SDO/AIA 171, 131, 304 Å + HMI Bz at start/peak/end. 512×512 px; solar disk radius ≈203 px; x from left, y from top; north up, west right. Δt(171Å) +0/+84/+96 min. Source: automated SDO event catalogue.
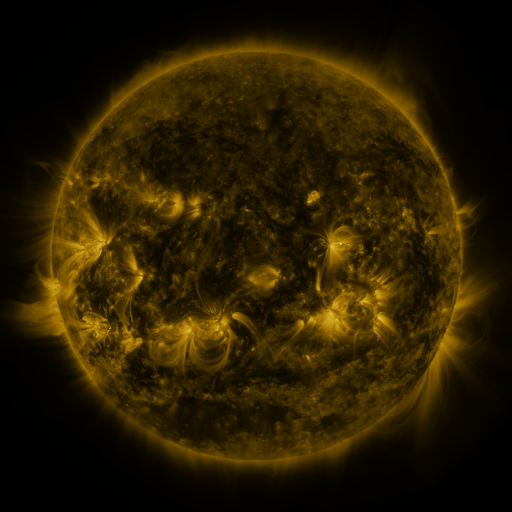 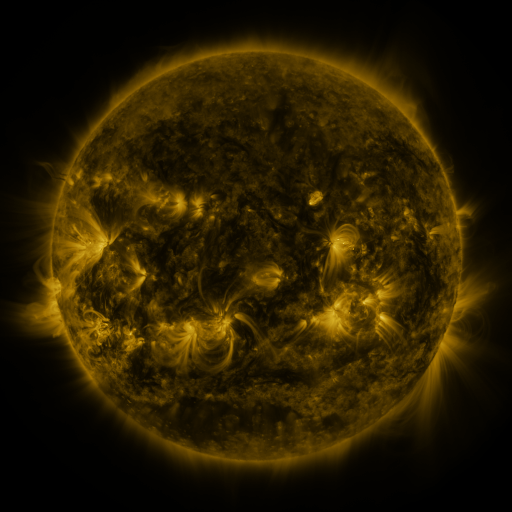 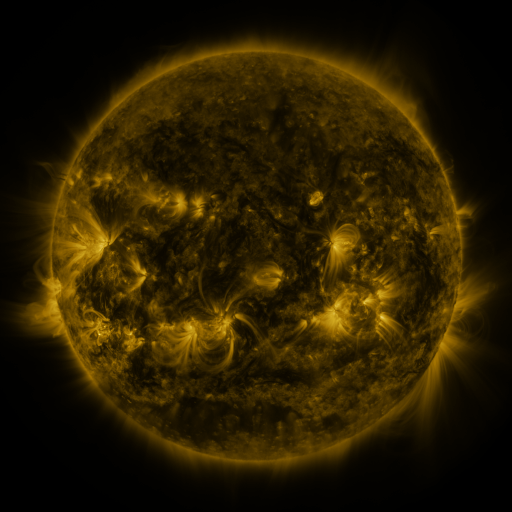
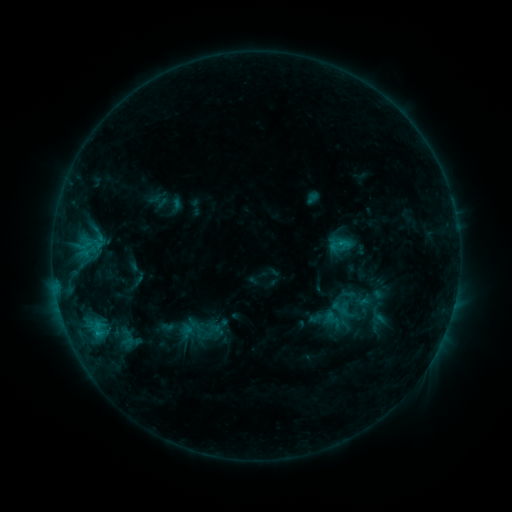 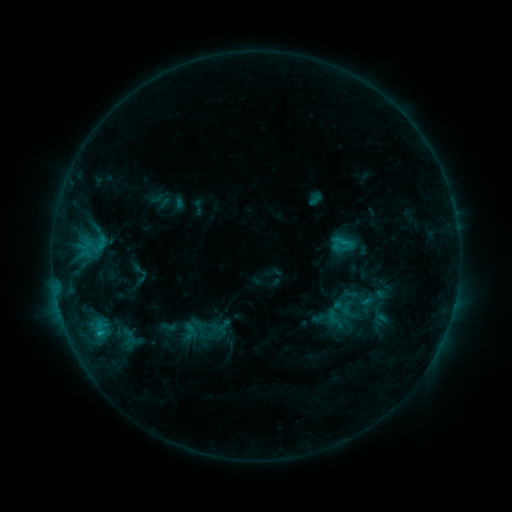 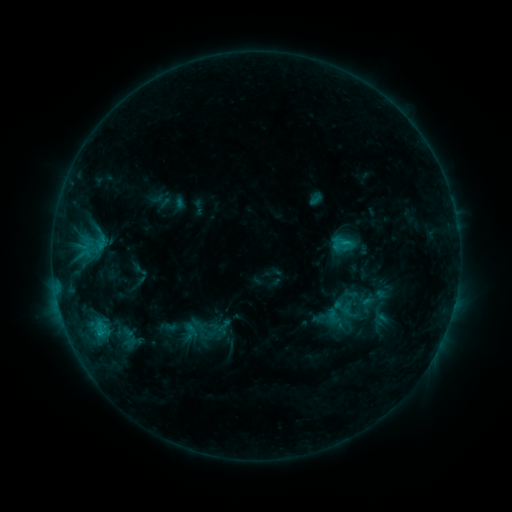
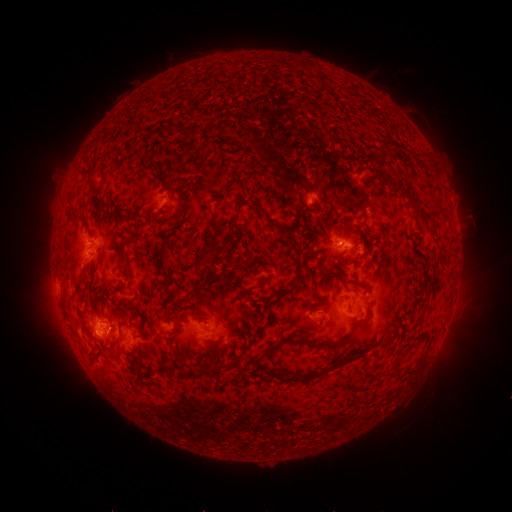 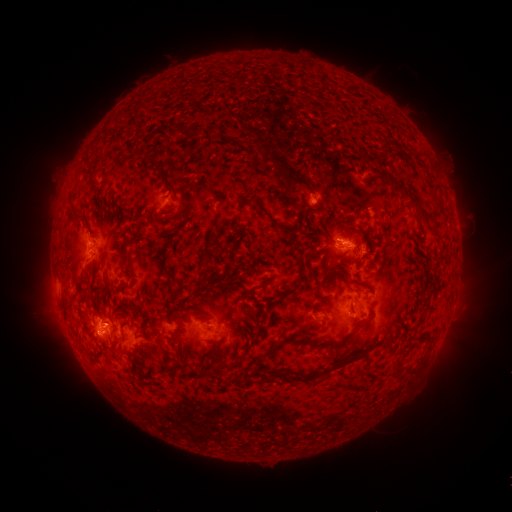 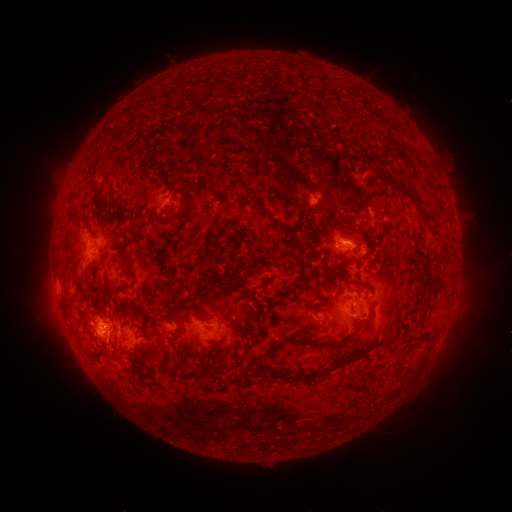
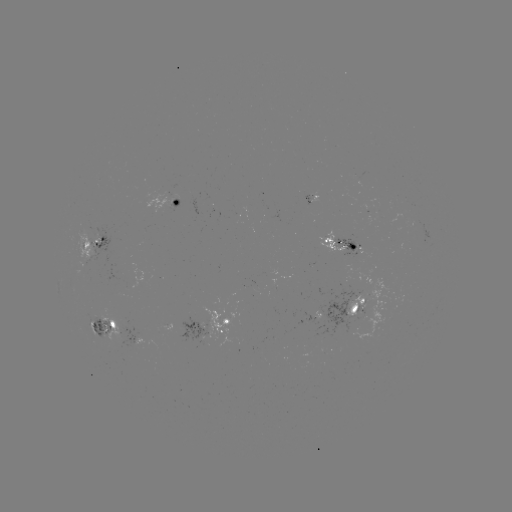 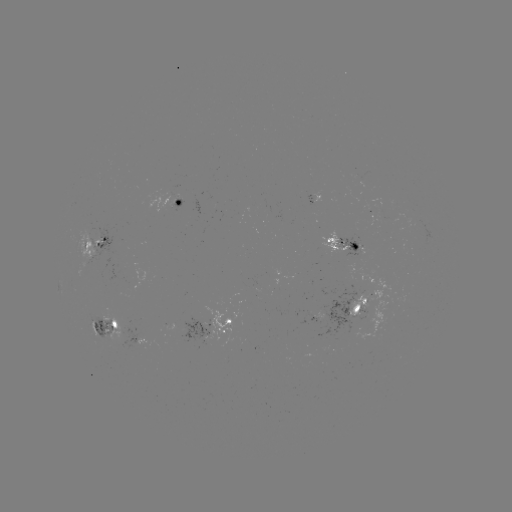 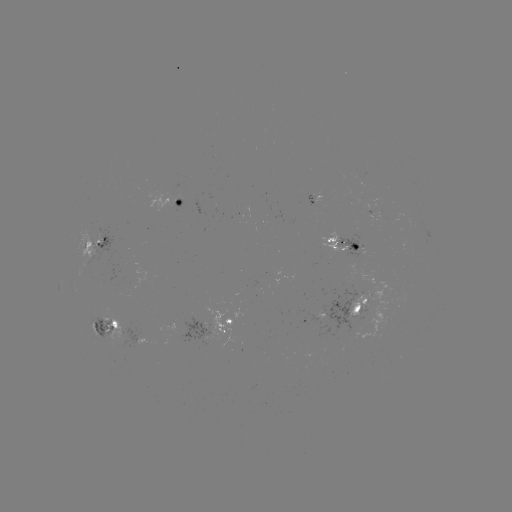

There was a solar emerging-flux region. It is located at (357, 255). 